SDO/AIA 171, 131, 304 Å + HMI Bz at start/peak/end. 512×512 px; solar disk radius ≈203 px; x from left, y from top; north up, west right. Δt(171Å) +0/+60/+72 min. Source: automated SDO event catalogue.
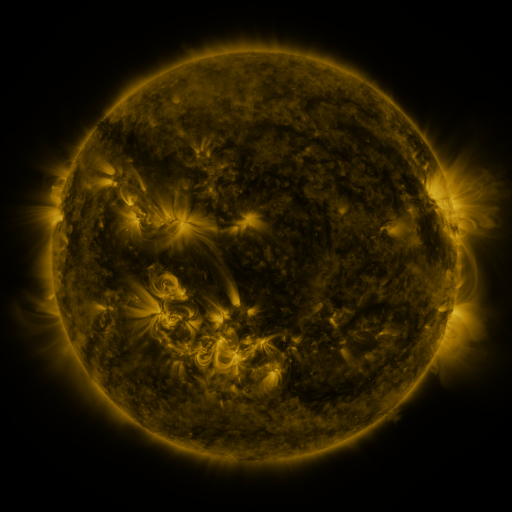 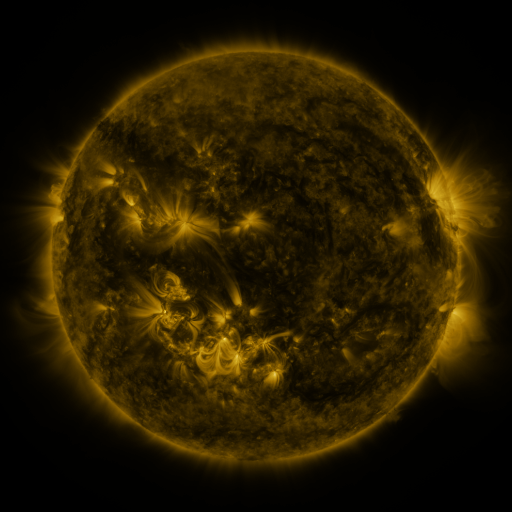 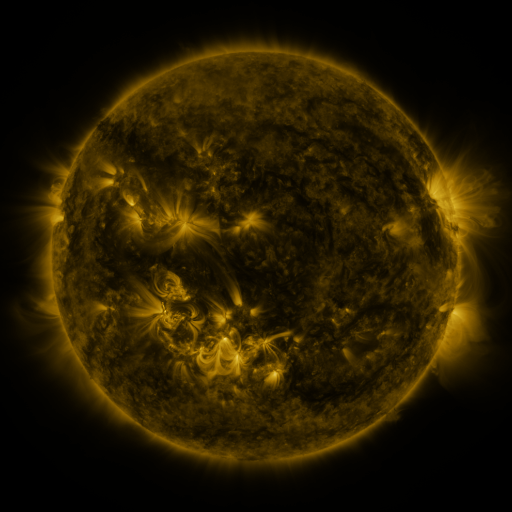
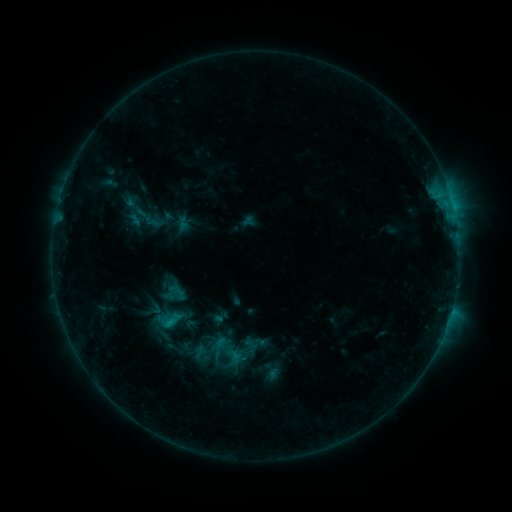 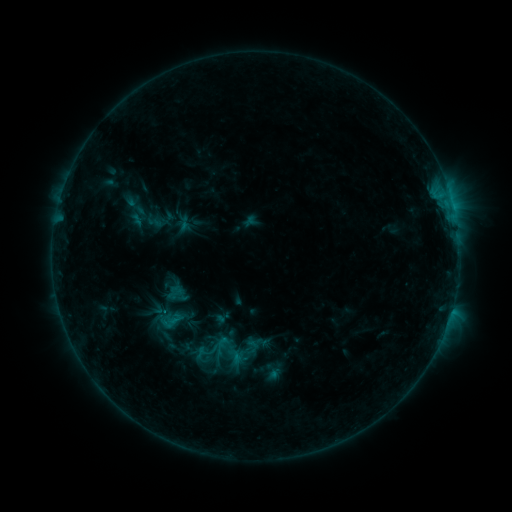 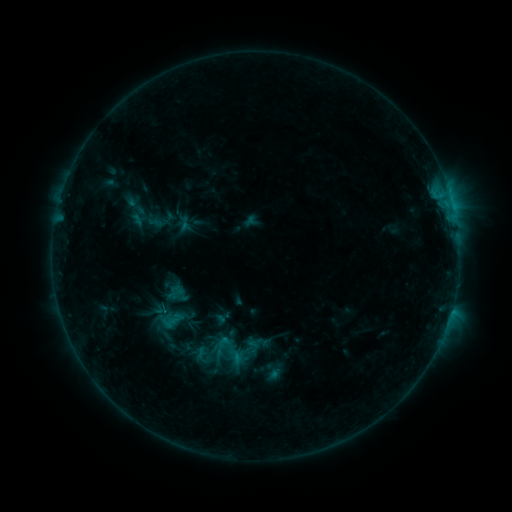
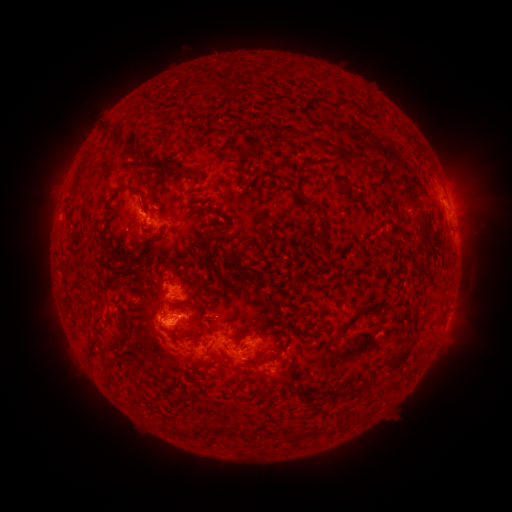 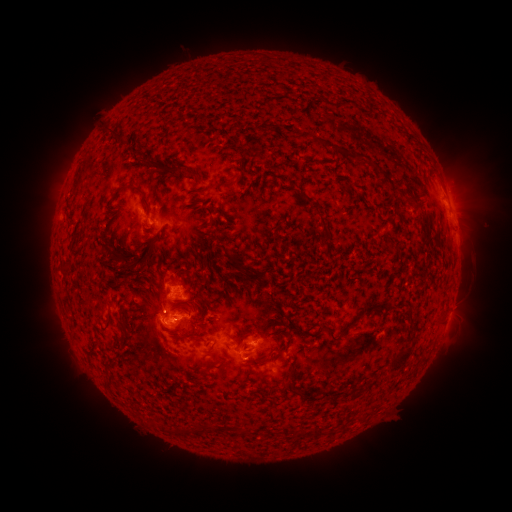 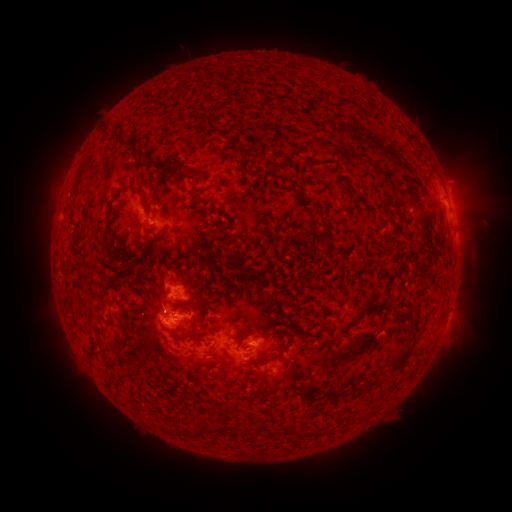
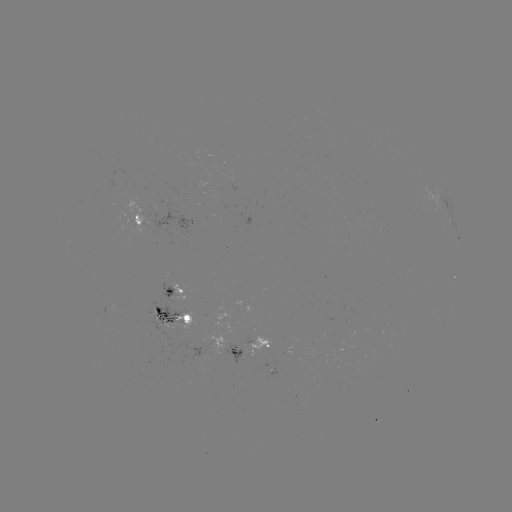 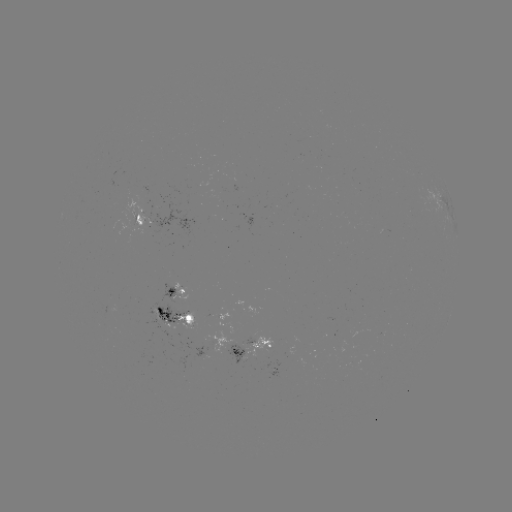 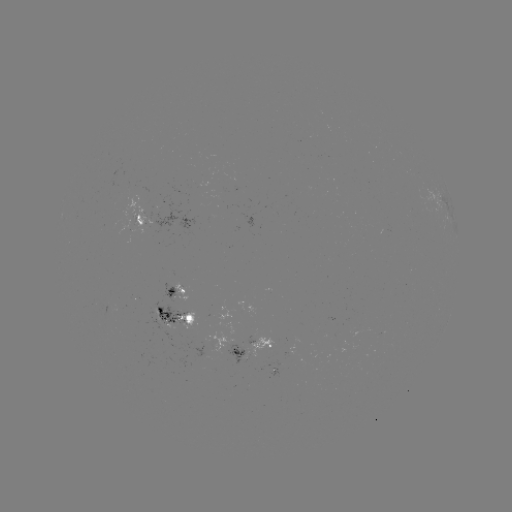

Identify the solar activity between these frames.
emerging-flux region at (262, 354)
